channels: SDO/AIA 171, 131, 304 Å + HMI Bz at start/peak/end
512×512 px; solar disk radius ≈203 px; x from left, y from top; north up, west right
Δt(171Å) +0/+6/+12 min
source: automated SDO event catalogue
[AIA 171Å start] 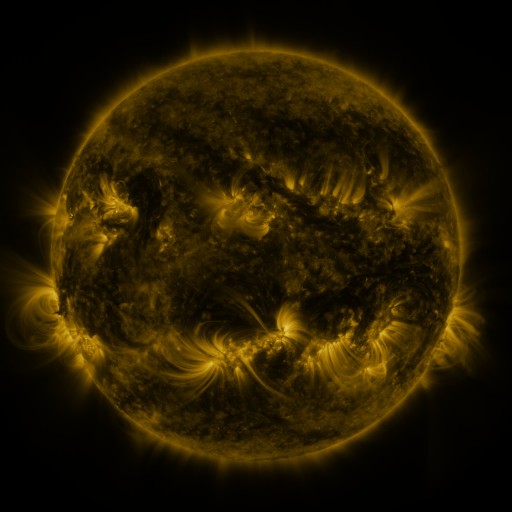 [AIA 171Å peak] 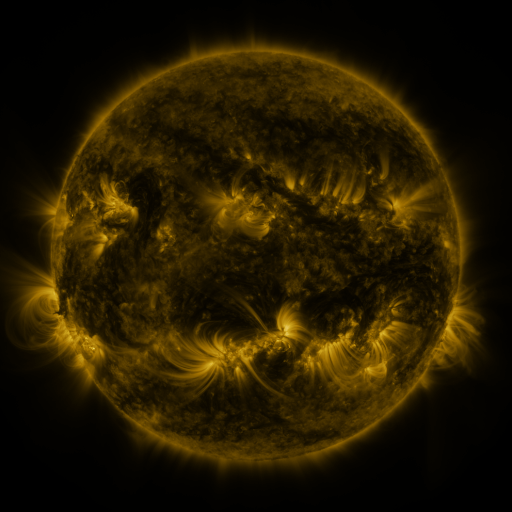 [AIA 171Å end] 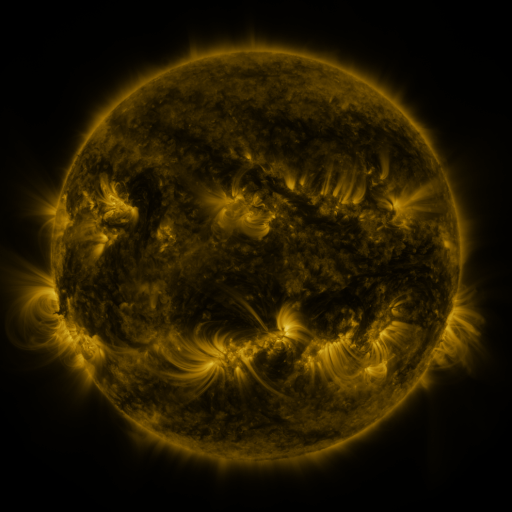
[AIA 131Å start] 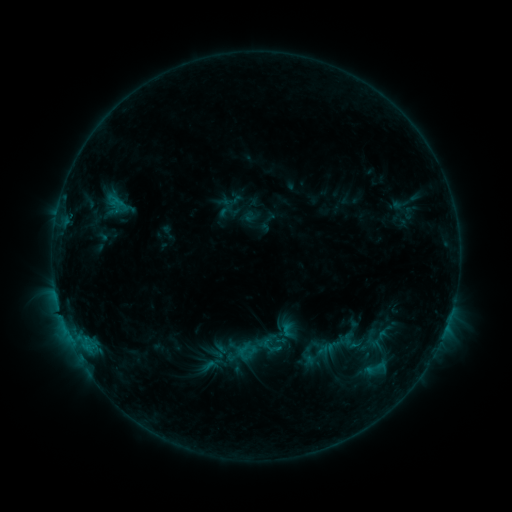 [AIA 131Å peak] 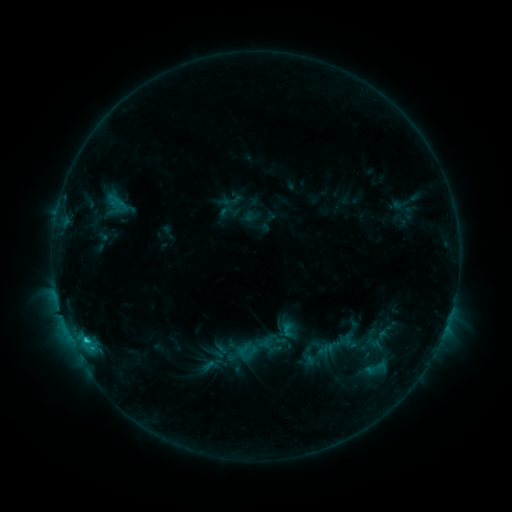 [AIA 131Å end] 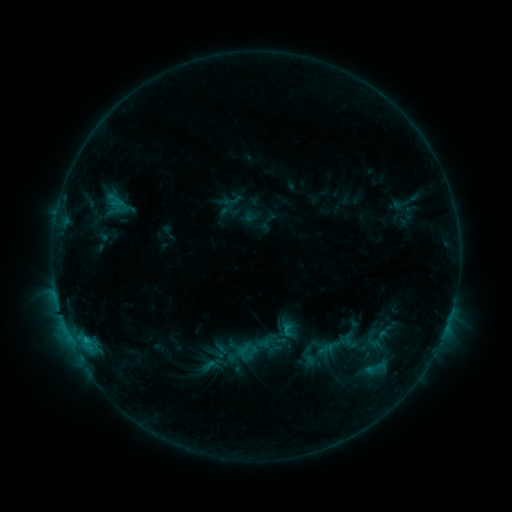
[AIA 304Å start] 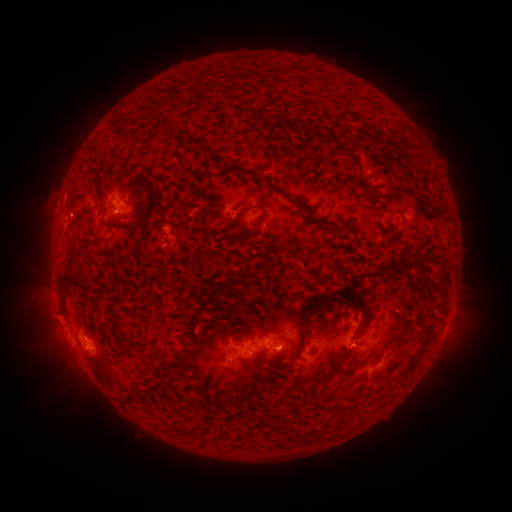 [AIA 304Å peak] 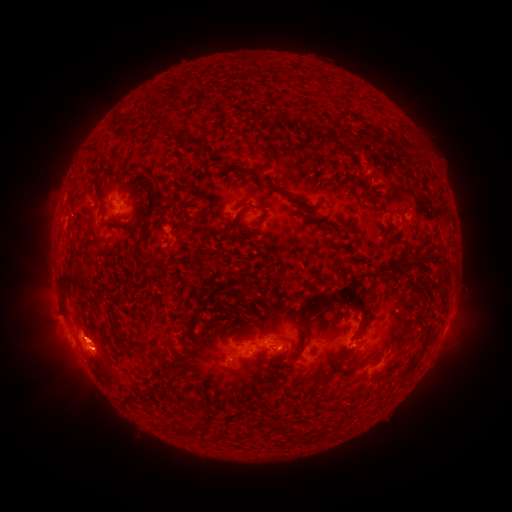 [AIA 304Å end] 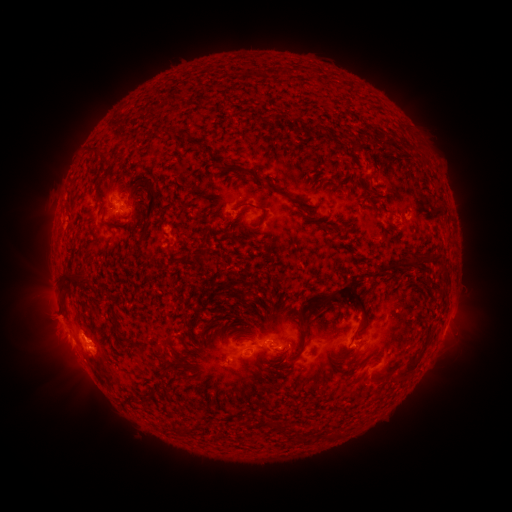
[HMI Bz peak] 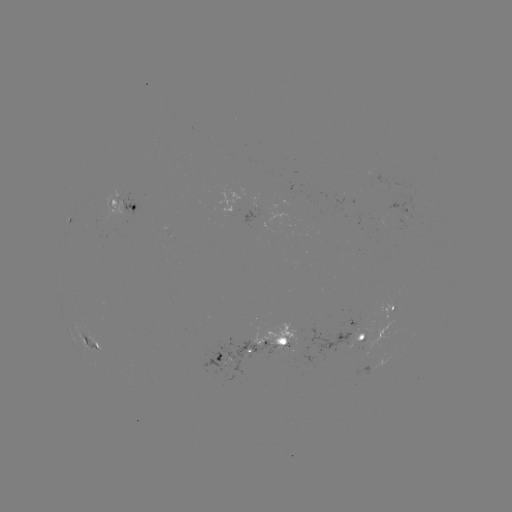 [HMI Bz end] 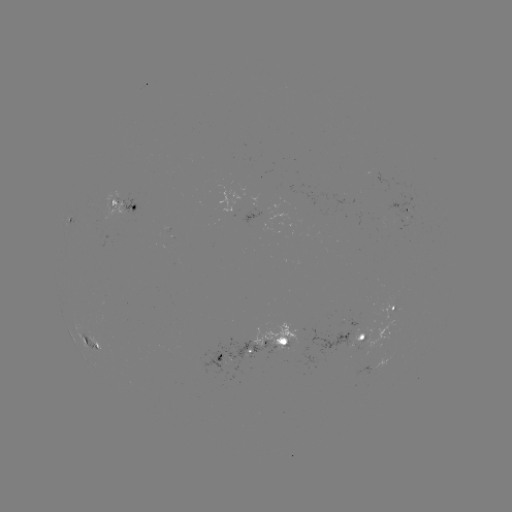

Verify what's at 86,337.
C1.1 flare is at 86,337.